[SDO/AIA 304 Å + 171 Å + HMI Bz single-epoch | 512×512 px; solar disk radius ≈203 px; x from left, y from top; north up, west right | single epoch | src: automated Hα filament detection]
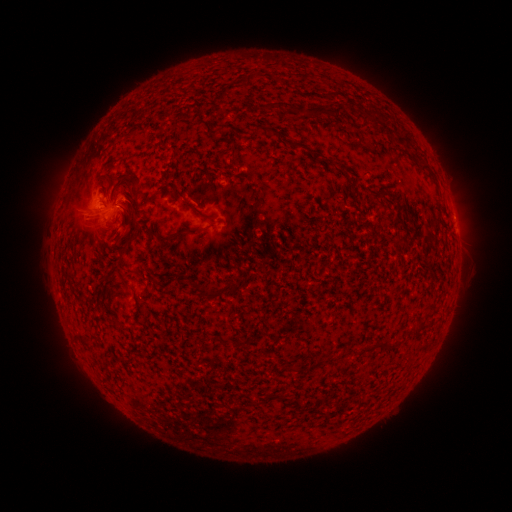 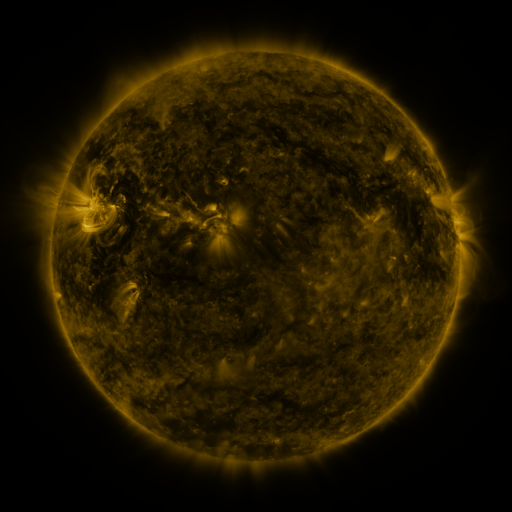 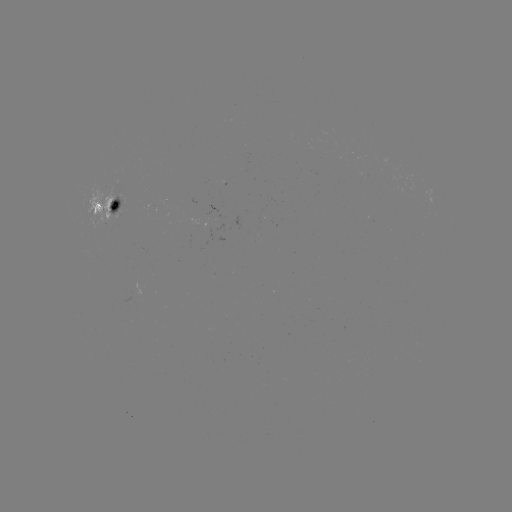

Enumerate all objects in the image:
filament: (250, 77)
filament: (296, 111)
filament: (318, 111)
filament: (338, 111)
filament: (224, 126)
filament: (258, 129)
filament: (428, 173)
filament: (137, 181)
filament: (108, 188)
filament: (377, 199)
filament: (206, 227)
filament: (105, 277)
filament: (230, 288)
filament: (203, 291)
filament: (420, 327)
filament: (85, 341)
filament: (386, 346)
